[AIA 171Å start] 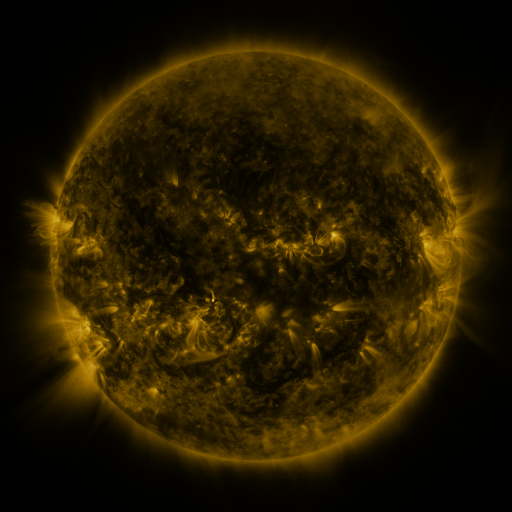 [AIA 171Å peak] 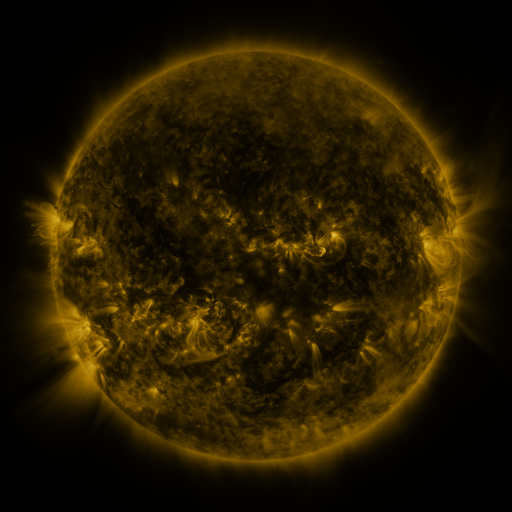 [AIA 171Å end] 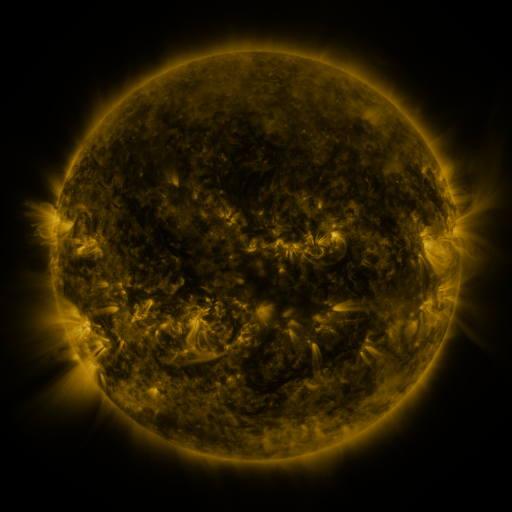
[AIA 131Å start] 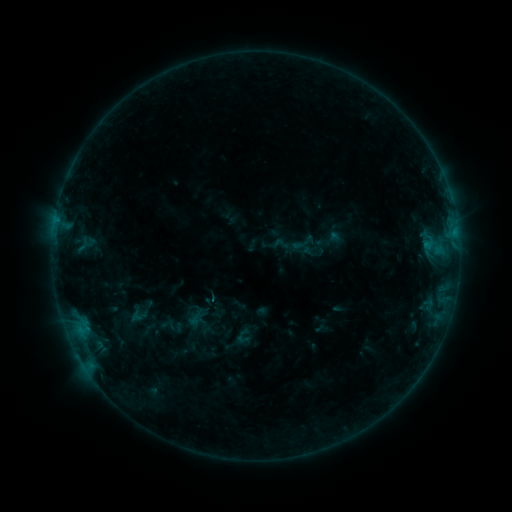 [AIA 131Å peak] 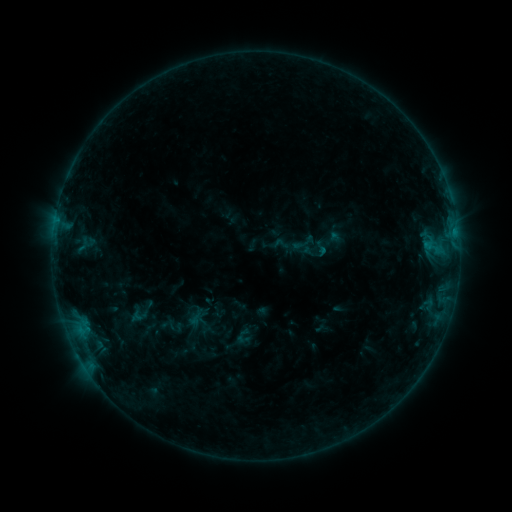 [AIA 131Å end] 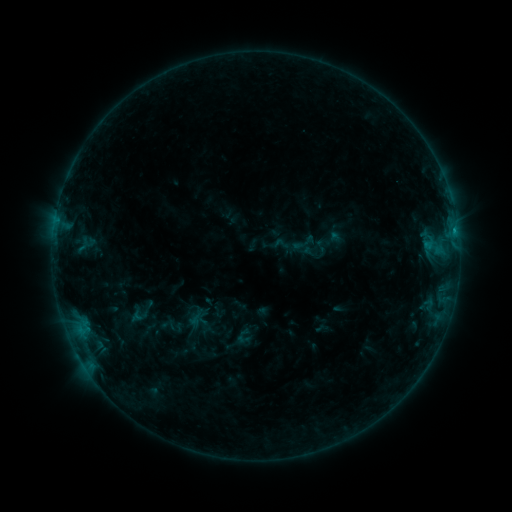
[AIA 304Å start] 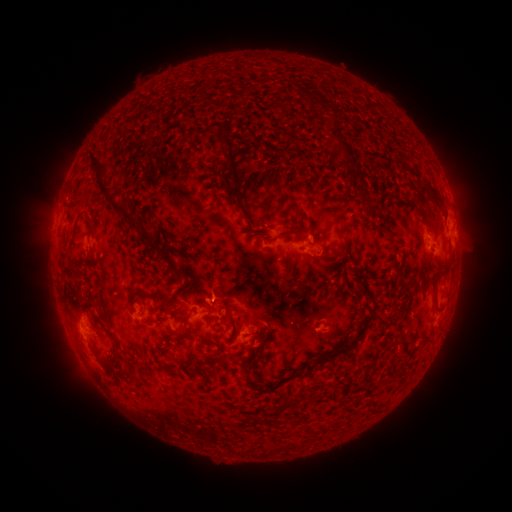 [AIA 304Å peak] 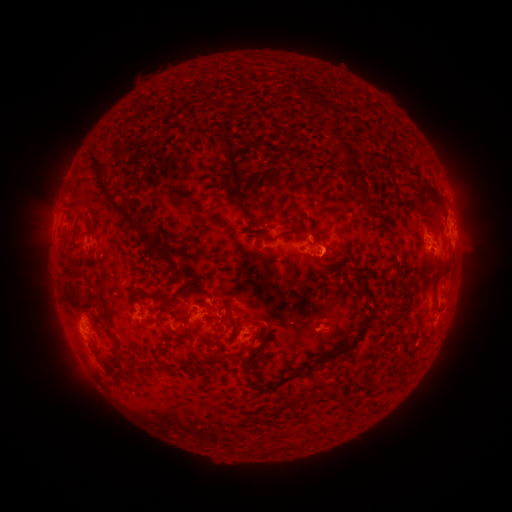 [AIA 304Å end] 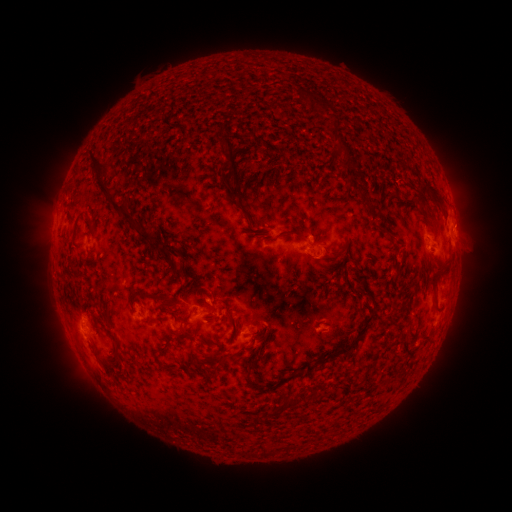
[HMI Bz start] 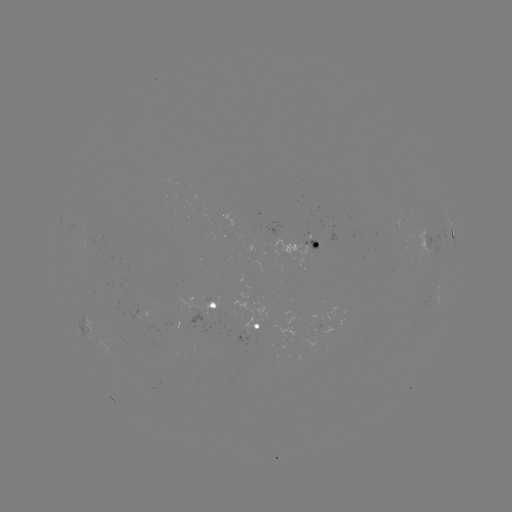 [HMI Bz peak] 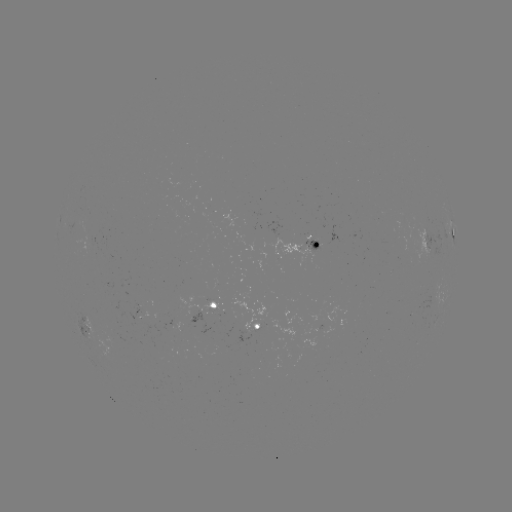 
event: flare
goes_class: B7.7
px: (453, 232)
